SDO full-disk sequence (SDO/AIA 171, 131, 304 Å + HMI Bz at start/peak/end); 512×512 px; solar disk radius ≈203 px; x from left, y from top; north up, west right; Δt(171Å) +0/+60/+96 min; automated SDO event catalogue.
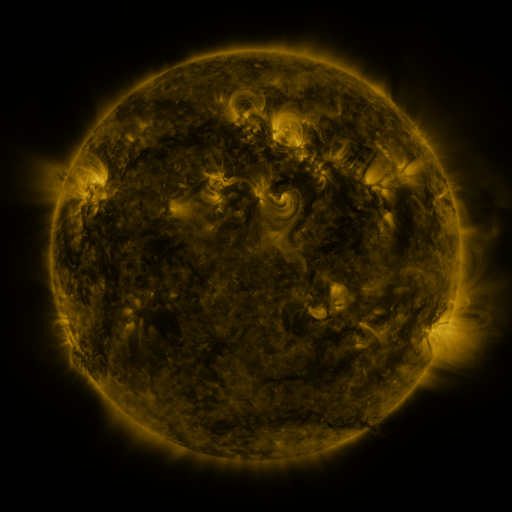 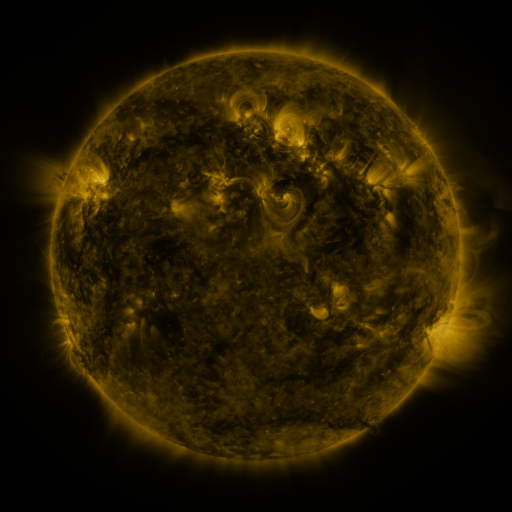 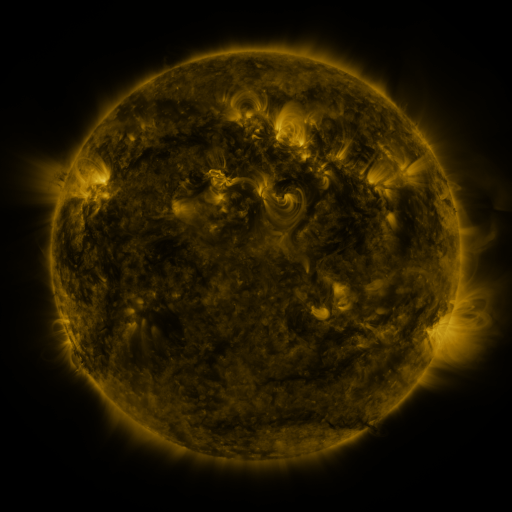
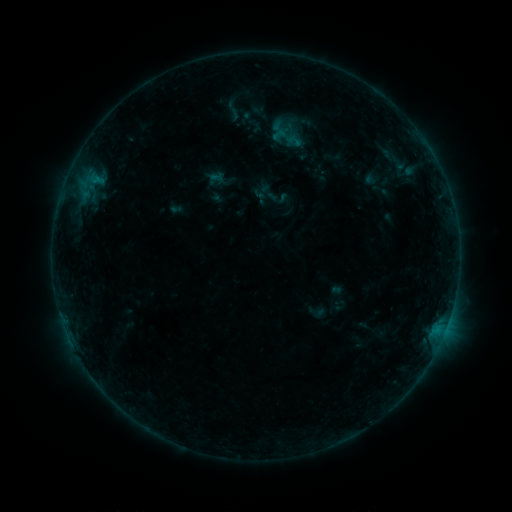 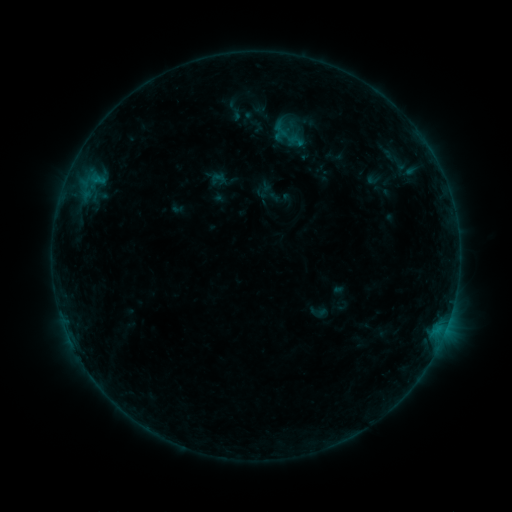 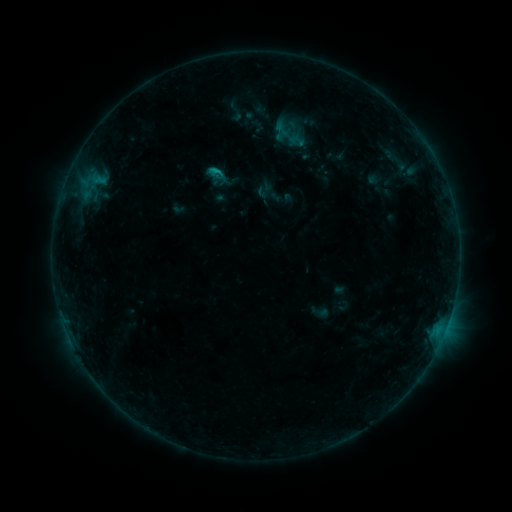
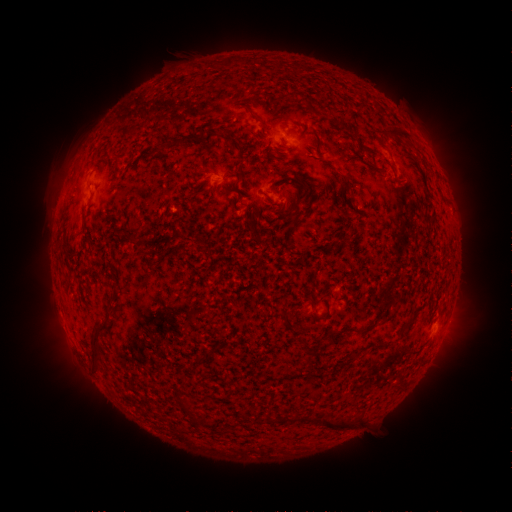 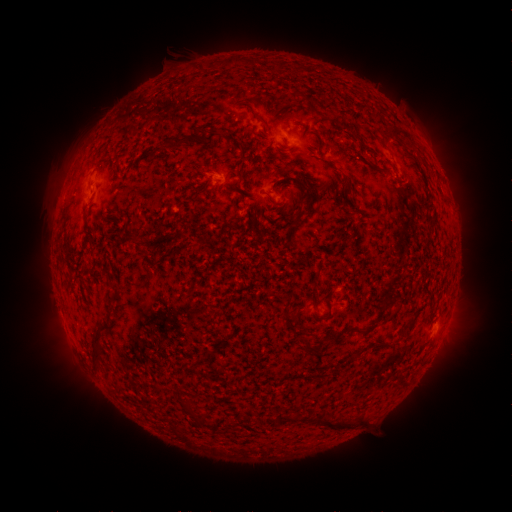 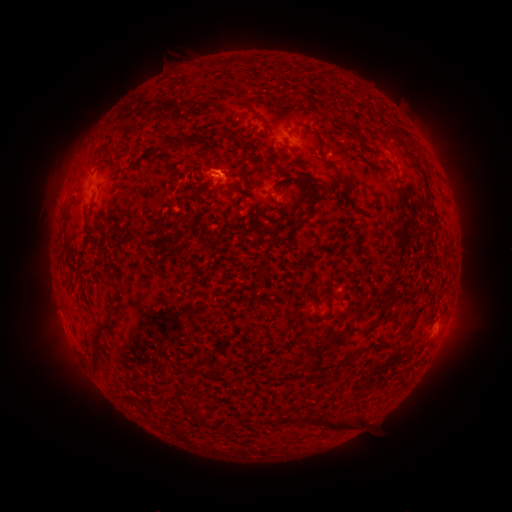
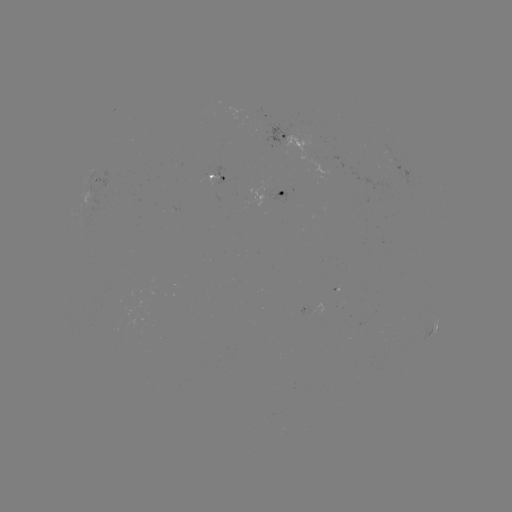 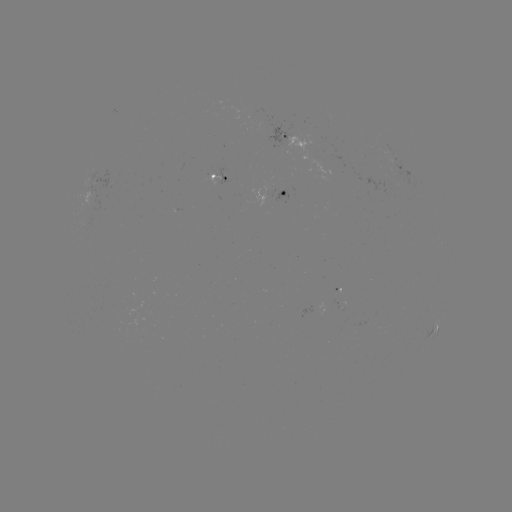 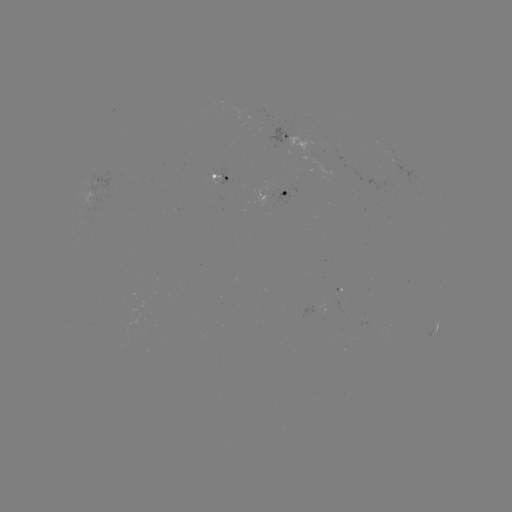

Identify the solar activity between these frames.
emerging-flux region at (263, 196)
